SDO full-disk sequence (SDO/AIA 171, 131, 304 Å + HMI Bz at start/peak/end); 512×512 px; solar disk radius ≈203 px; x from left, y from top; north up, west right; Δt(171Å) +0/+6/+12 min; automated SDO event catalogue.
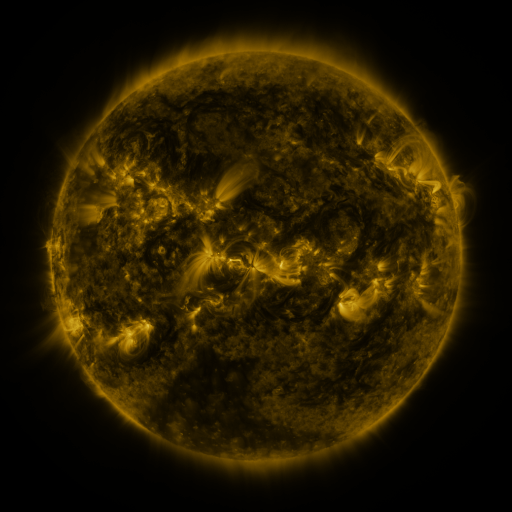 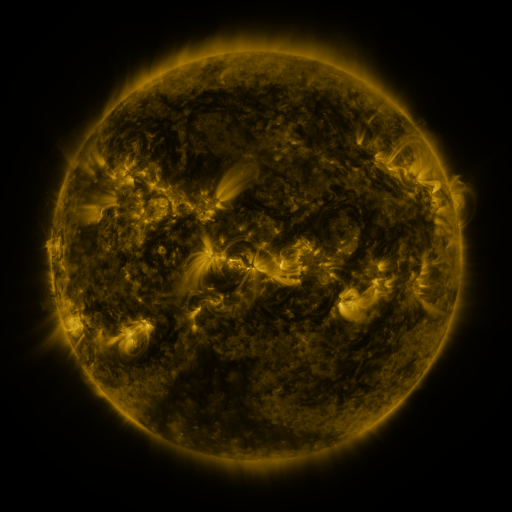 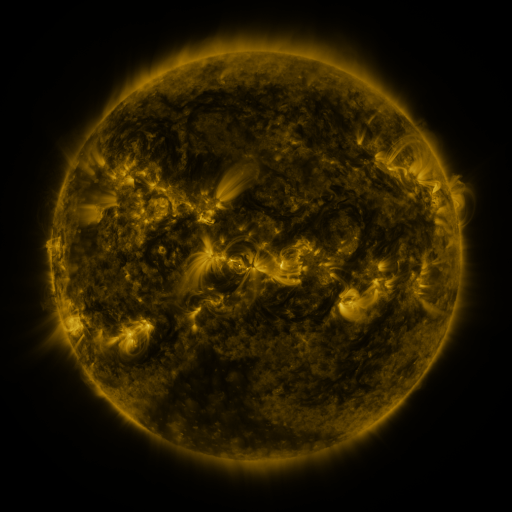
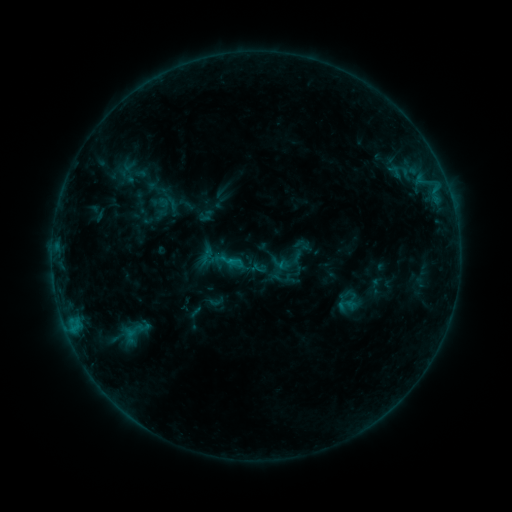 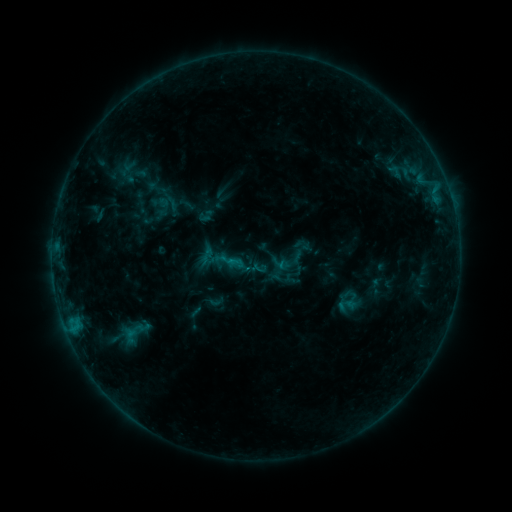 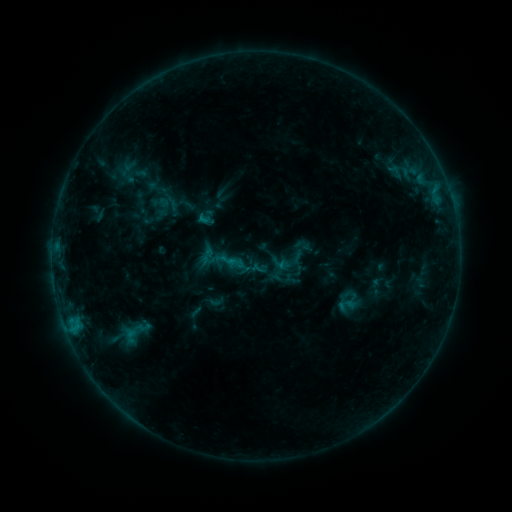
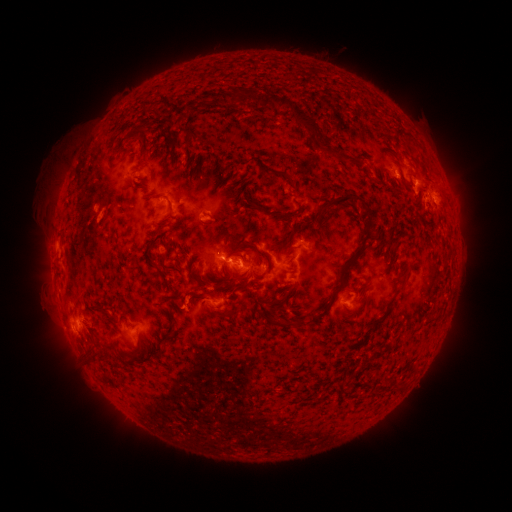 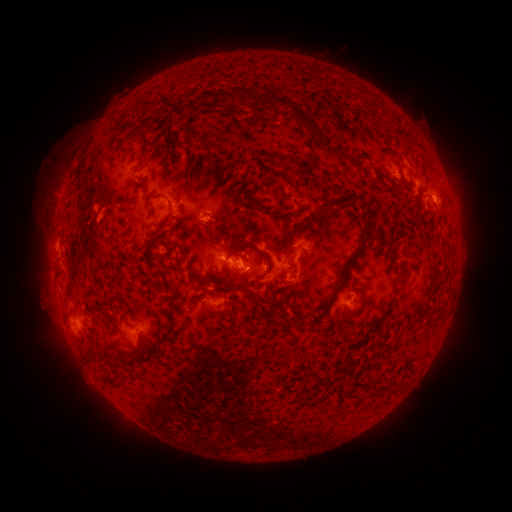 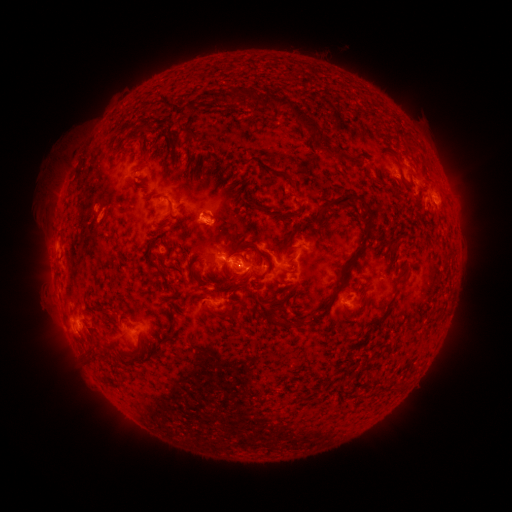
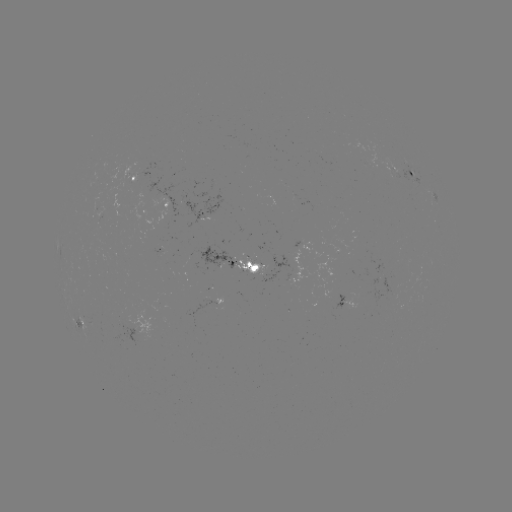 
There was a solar eruption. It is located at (213, 228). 